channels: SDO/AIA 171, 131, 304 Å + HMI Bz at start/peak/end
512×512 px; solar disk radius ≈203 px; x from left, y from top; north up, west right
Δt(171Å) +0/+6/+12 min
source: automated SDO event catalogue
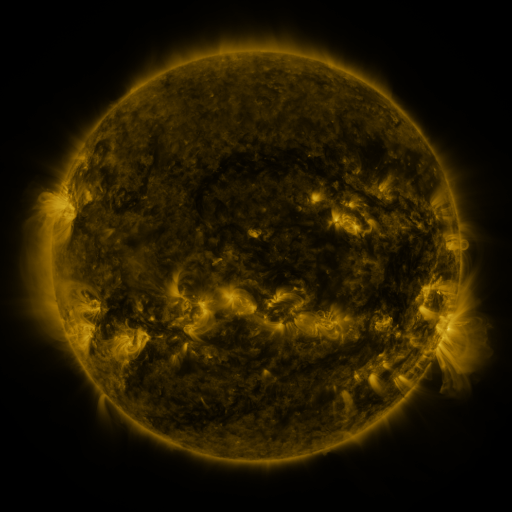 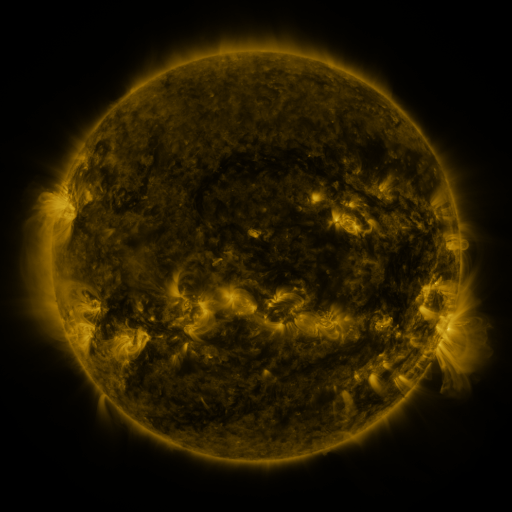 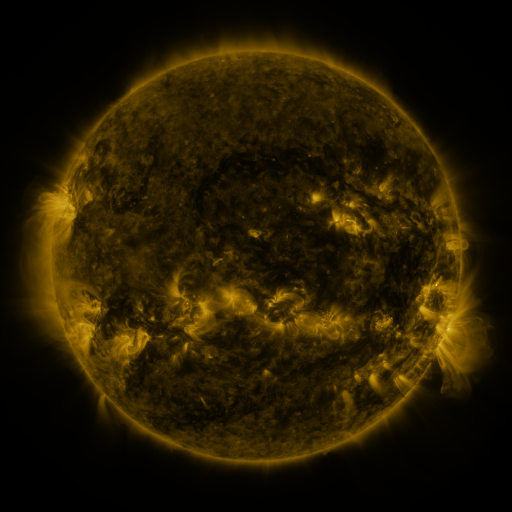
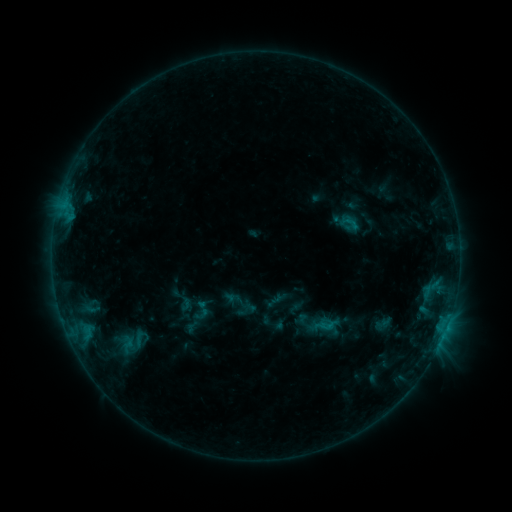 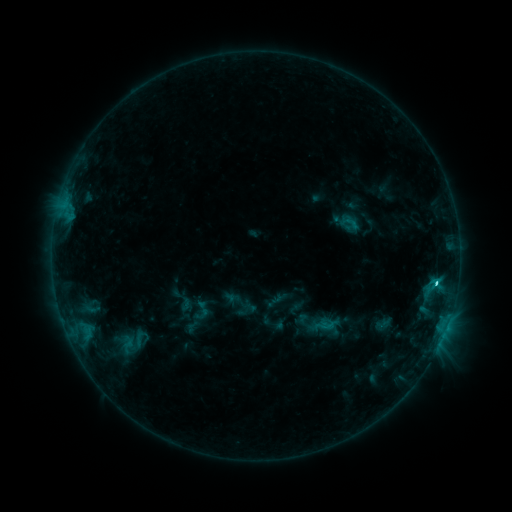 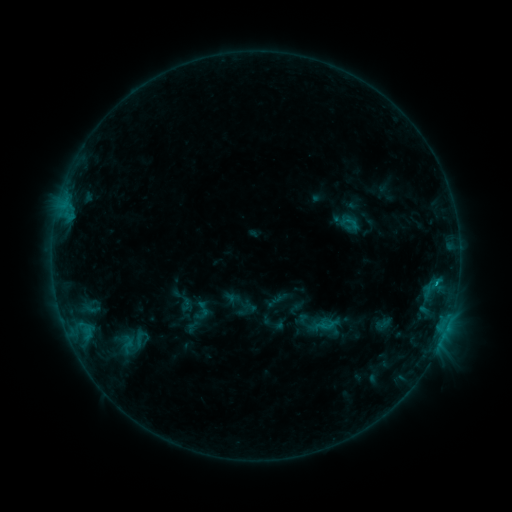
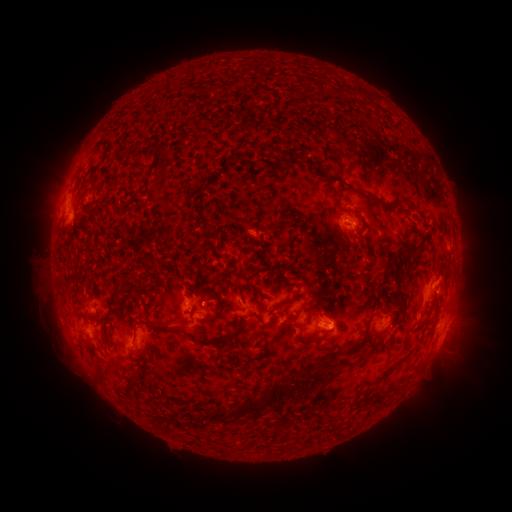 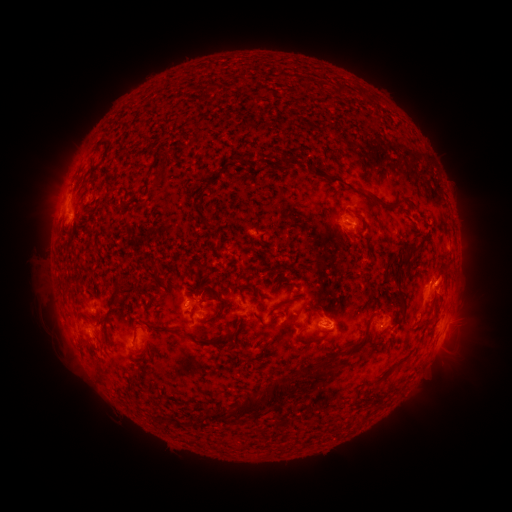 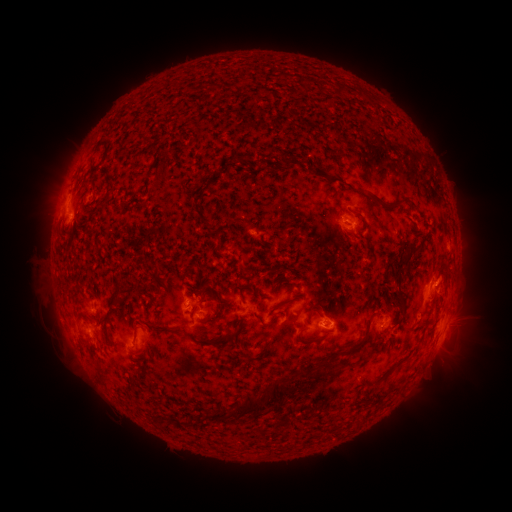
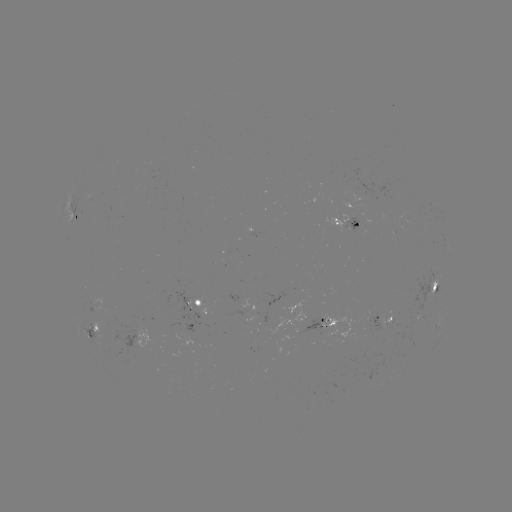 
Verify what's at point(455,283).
eruption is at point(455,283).